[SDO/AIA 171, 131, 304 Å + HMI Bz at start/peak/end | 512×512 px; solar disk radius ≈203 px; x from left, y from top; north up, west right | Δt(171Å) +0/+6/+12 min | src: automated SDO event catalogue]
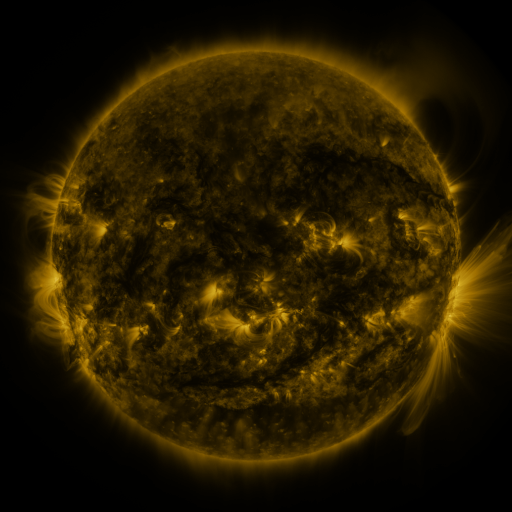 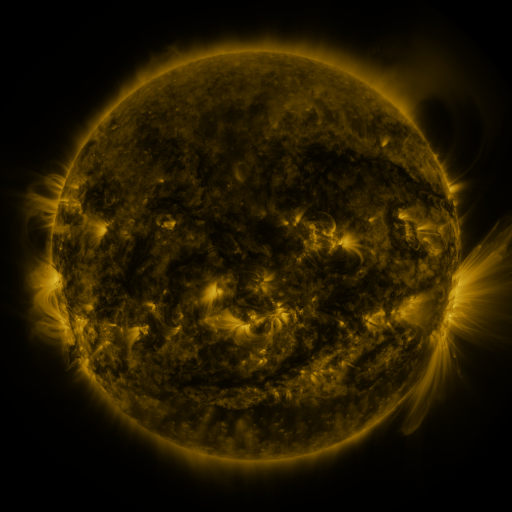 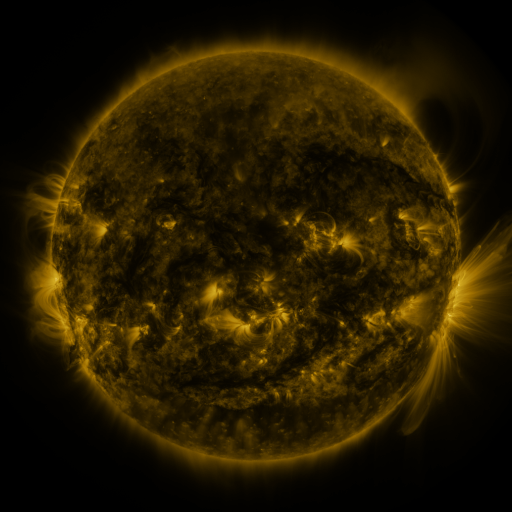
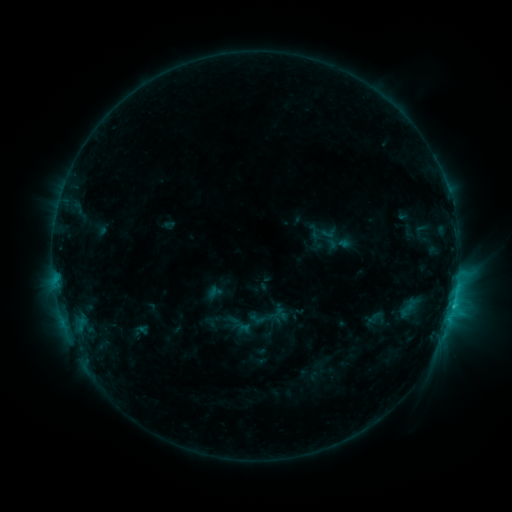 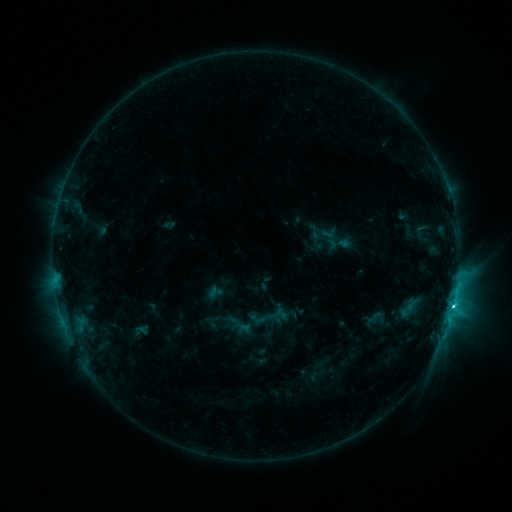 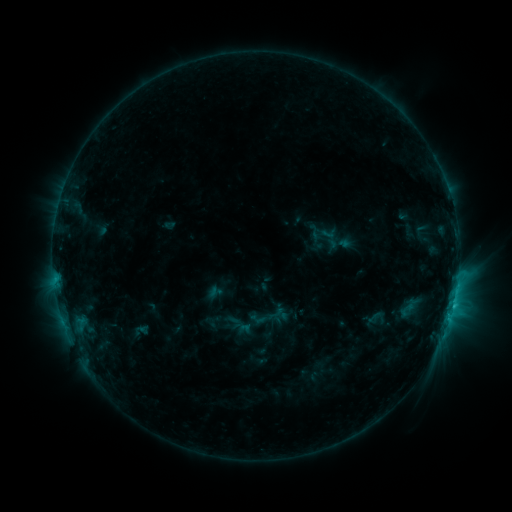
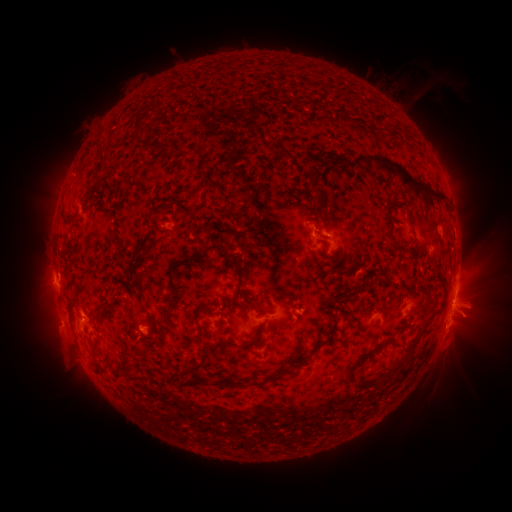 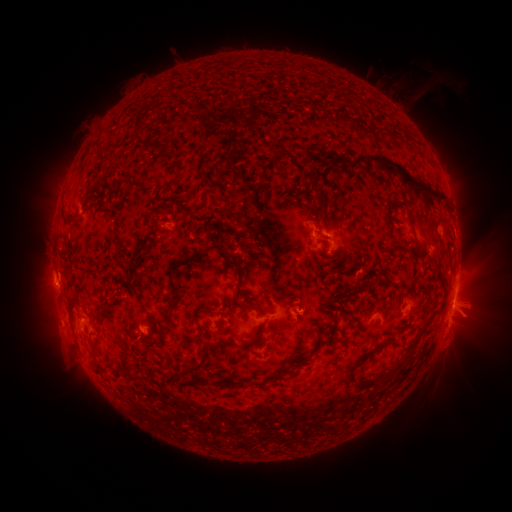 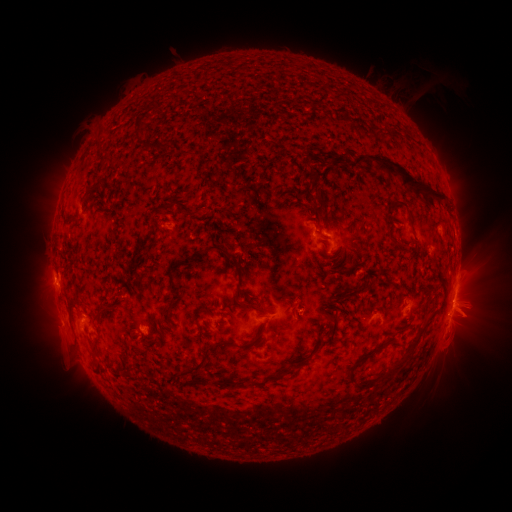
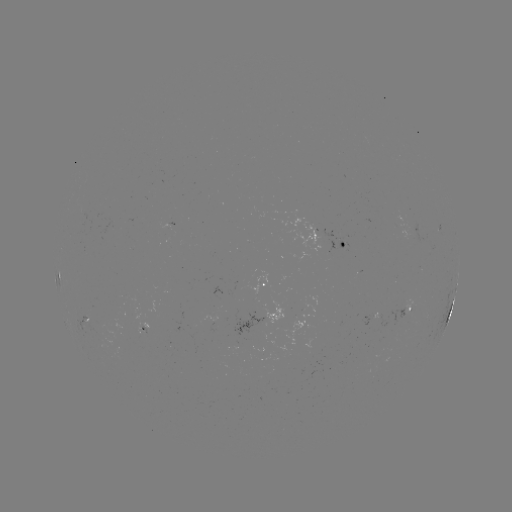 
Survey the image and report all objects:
C3.5 flare: (453, 305)
